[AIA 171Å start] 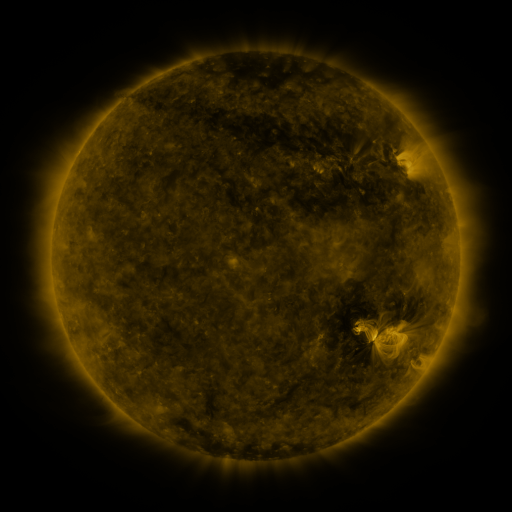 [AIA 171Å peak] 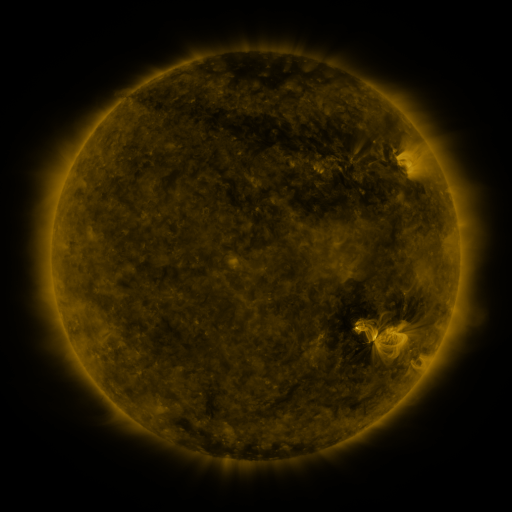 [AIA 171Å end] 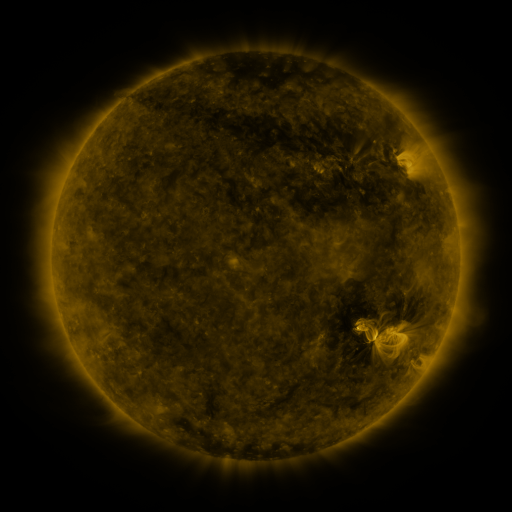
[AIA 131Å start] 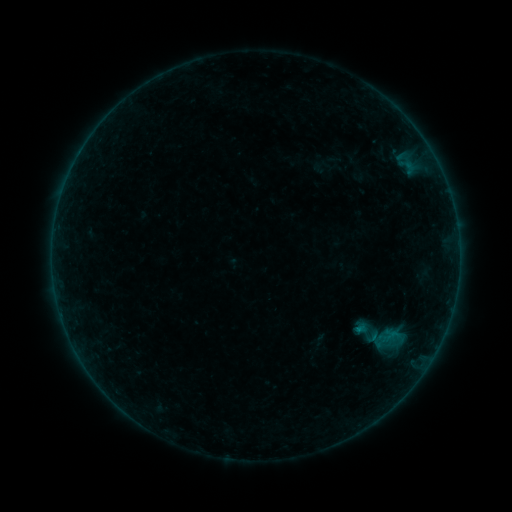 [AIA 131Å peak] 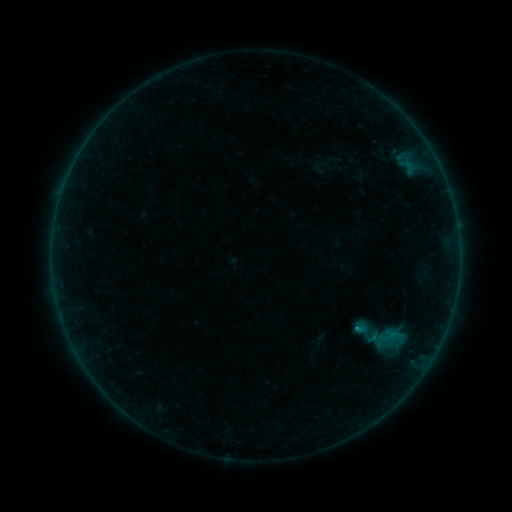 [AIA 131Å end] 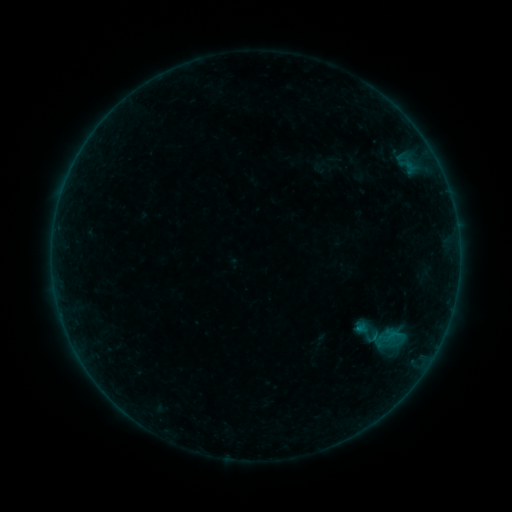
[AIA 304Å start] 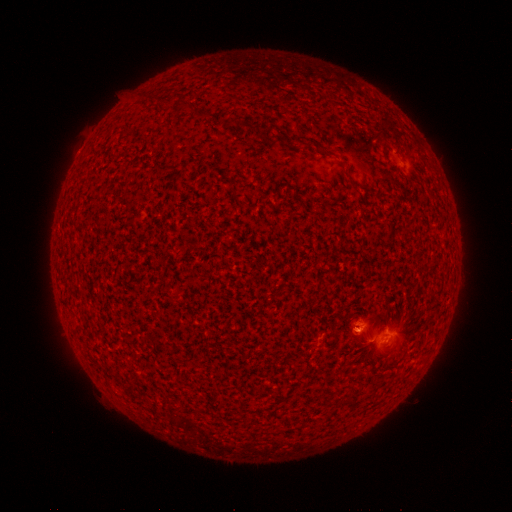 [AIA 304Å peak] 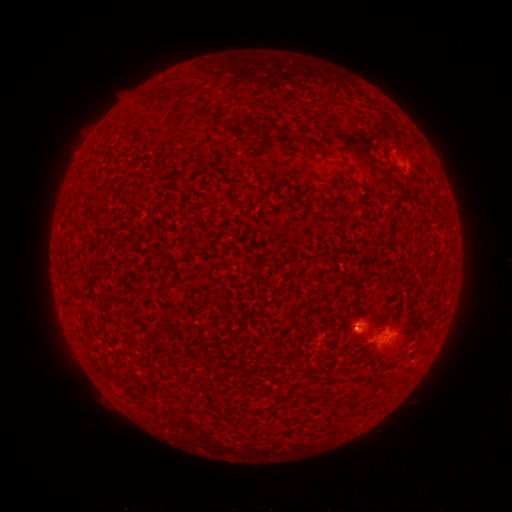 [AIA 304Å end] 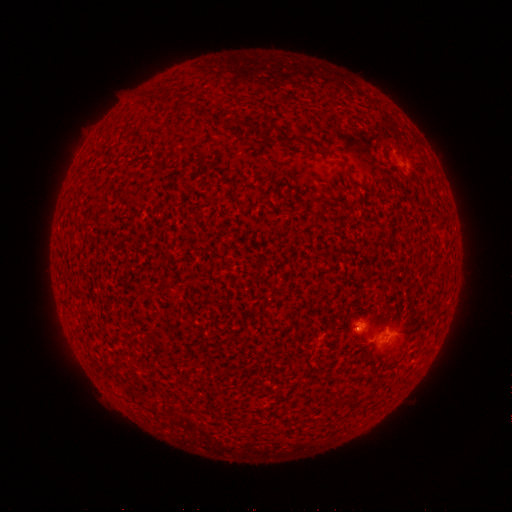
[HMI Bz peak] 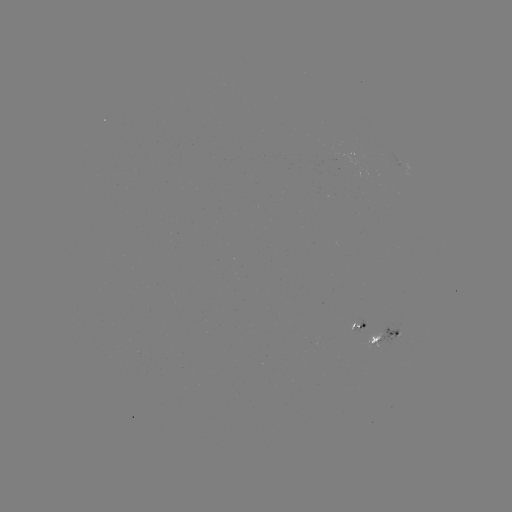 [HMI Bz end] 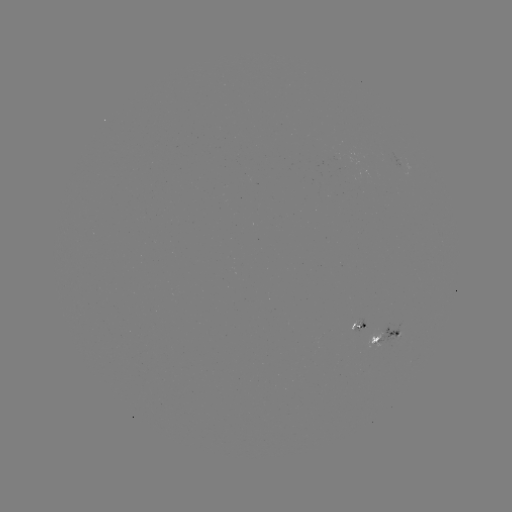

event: flare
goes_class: B4.3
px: (356, 325)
